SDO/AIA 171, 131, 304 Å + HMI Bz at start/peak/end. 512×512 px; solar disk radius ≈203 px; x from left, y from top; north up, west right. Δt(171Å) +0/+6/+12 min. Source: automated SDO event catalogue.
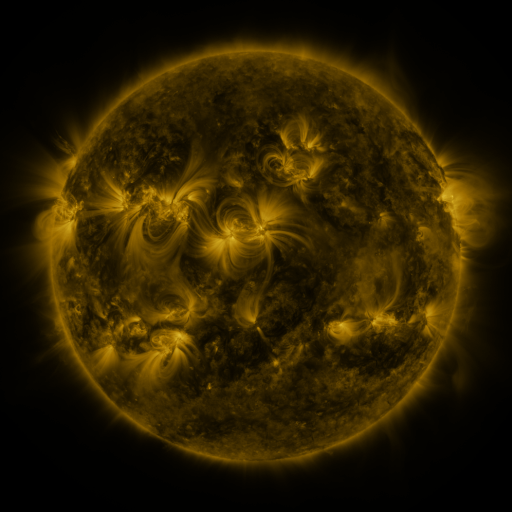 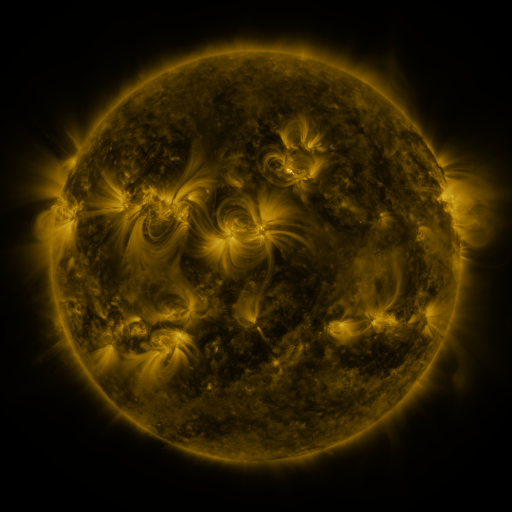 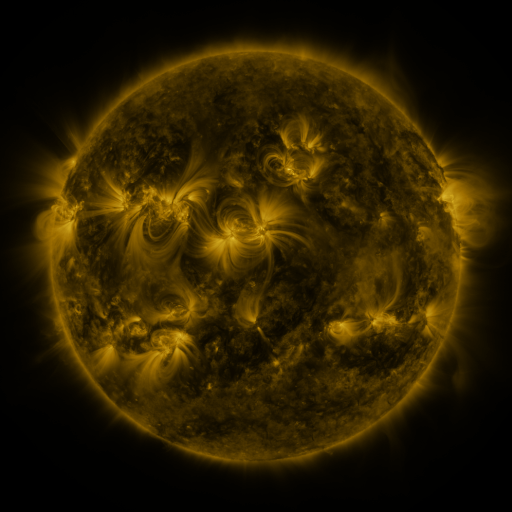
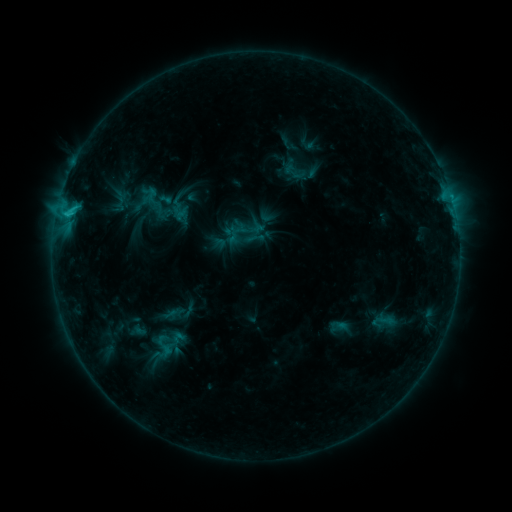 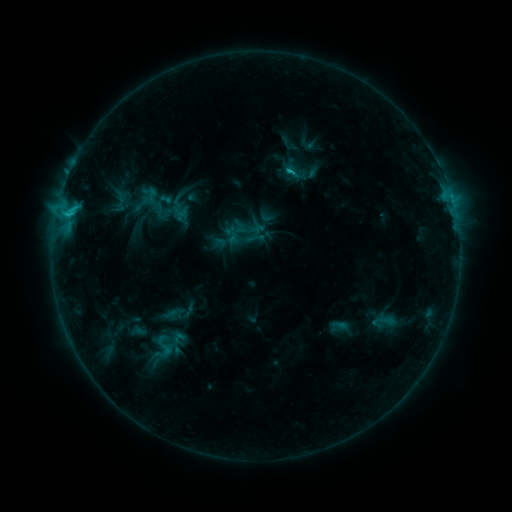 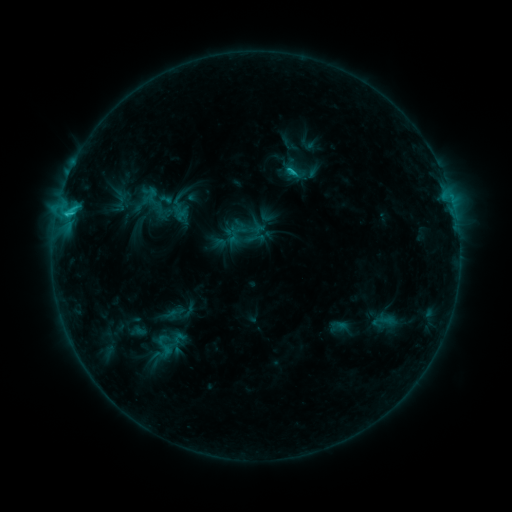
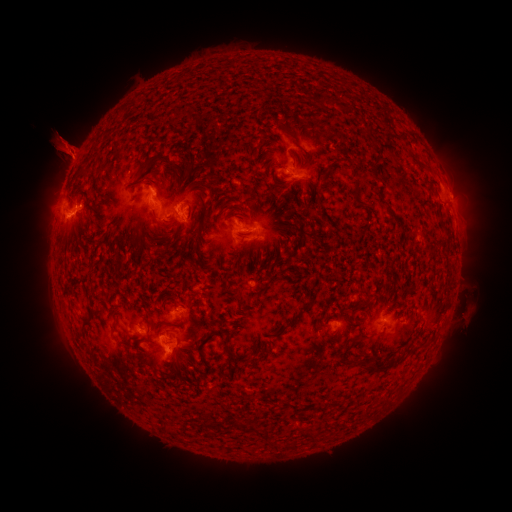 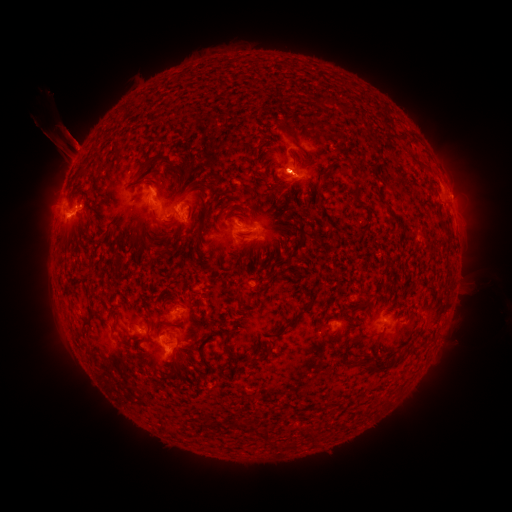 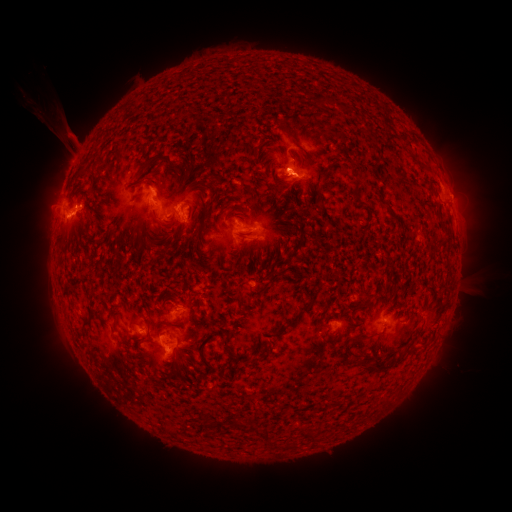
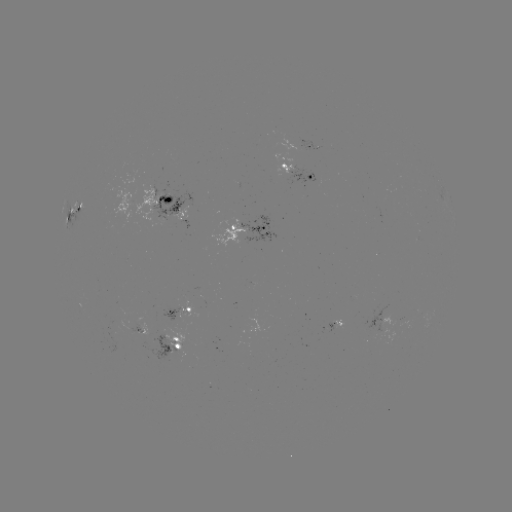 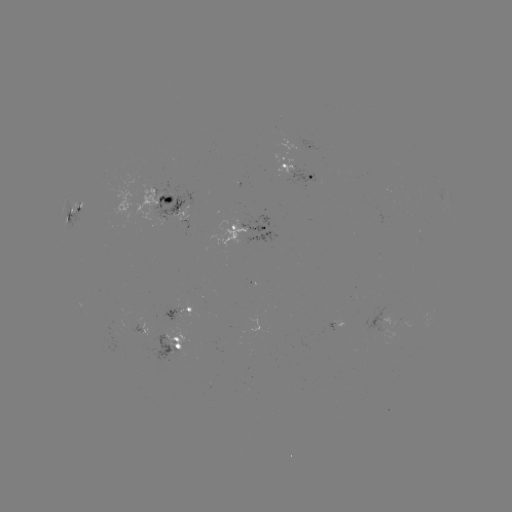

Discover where eruption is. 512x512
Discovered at (288, 173).